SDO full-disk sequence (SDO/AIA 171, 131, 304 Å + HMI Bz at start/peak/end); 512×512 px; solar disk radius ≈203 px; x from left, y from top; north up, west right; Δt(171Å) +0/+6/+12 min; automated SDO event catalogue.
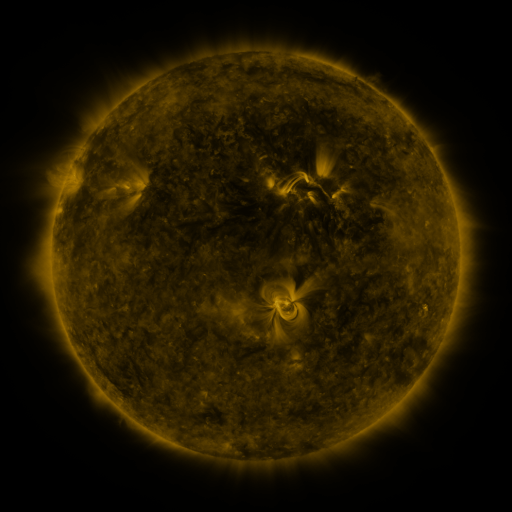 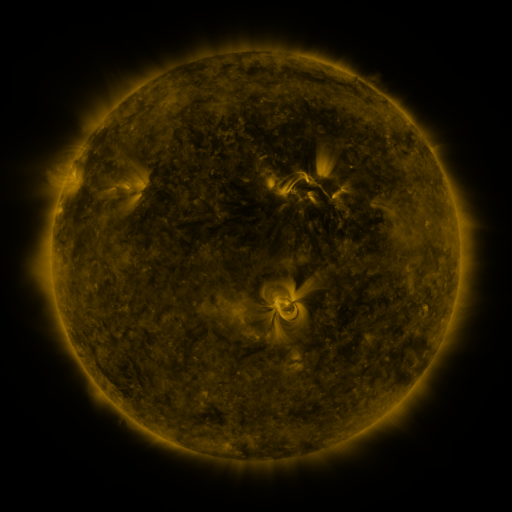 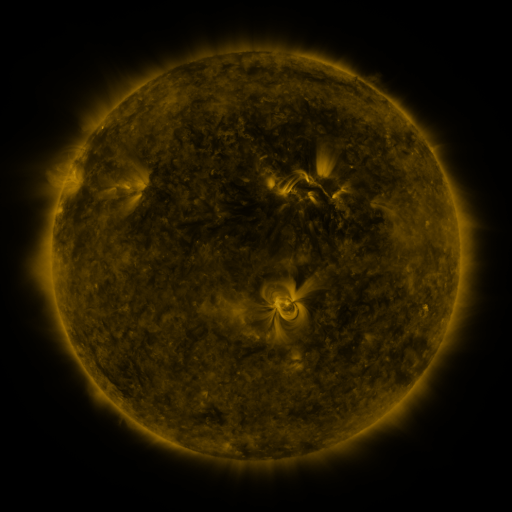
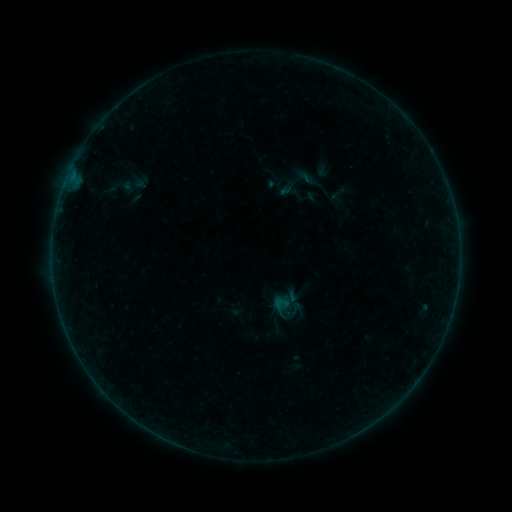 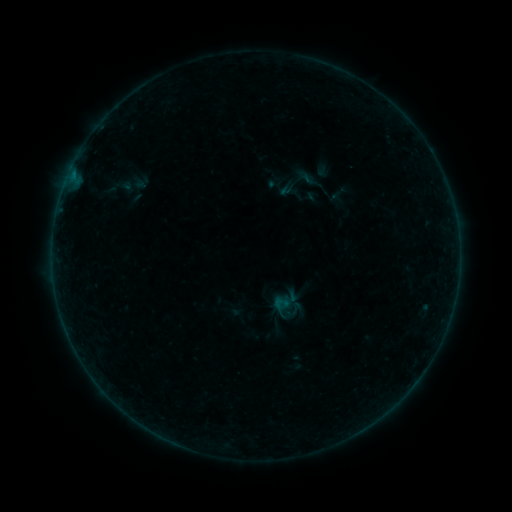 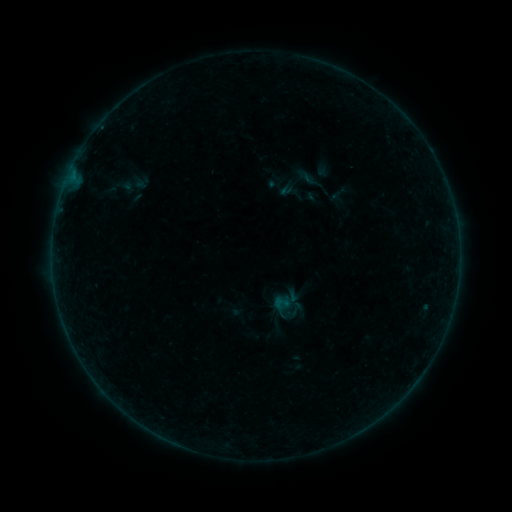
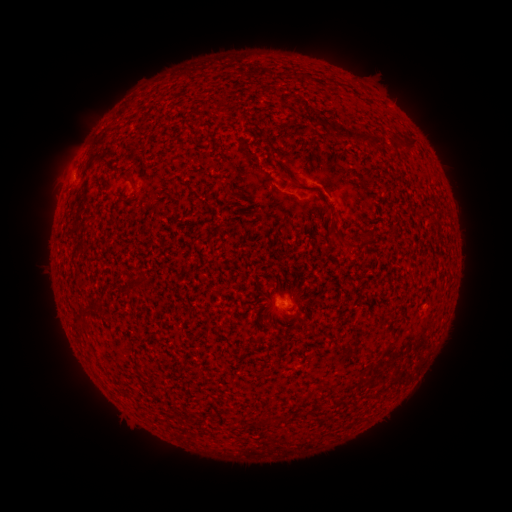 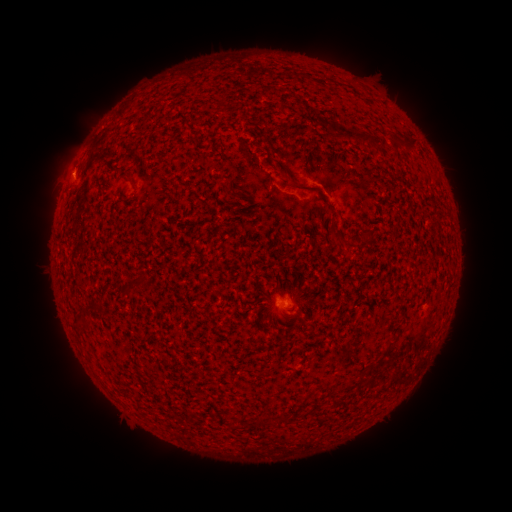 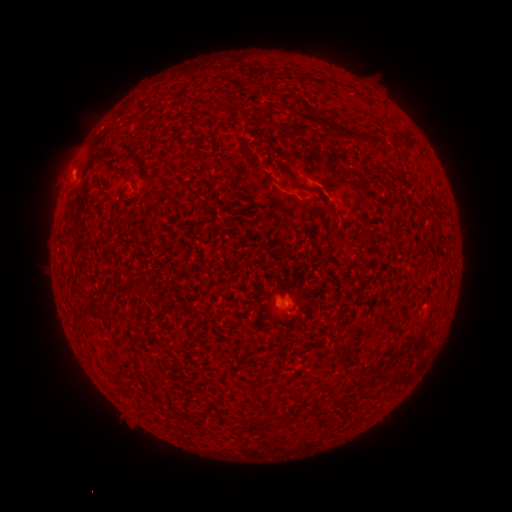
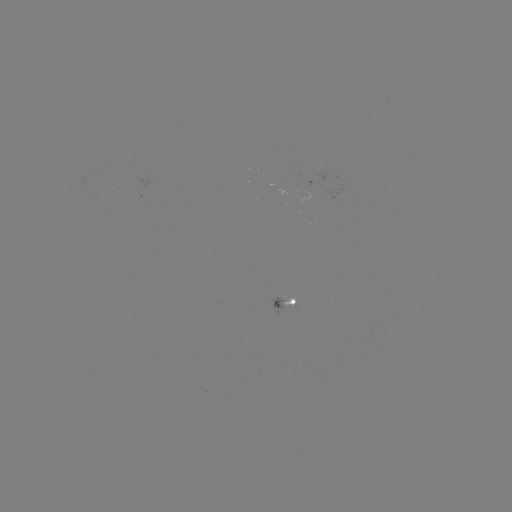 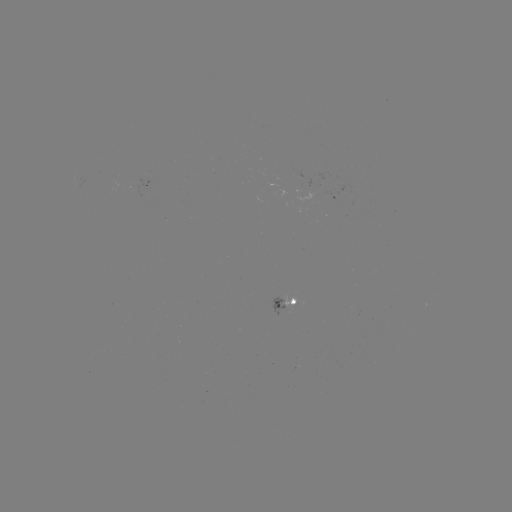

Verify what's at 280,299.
B1.1 flare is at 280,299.